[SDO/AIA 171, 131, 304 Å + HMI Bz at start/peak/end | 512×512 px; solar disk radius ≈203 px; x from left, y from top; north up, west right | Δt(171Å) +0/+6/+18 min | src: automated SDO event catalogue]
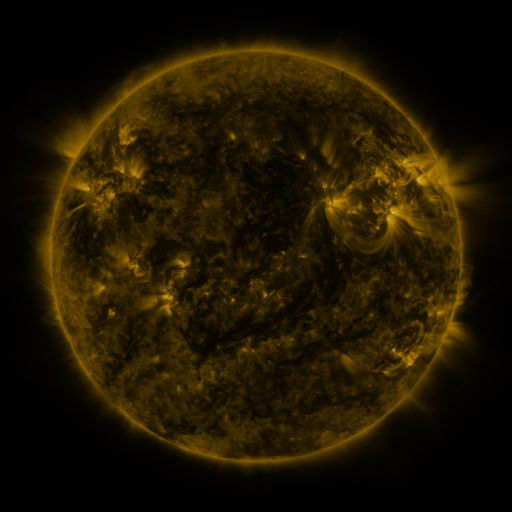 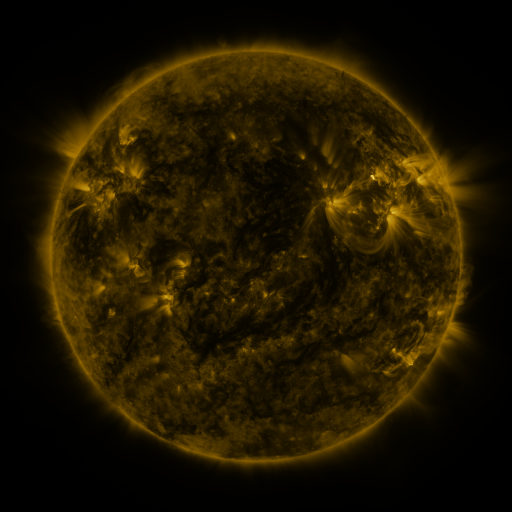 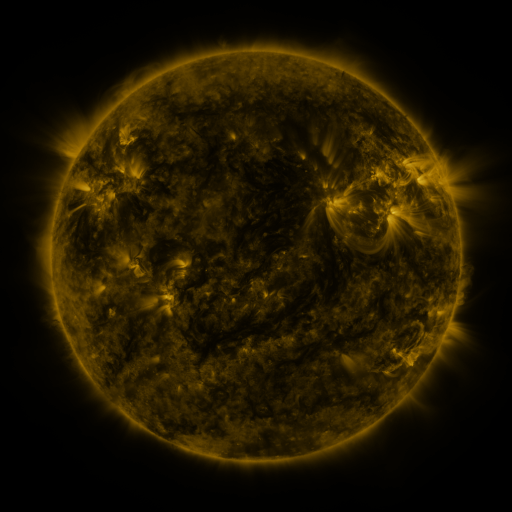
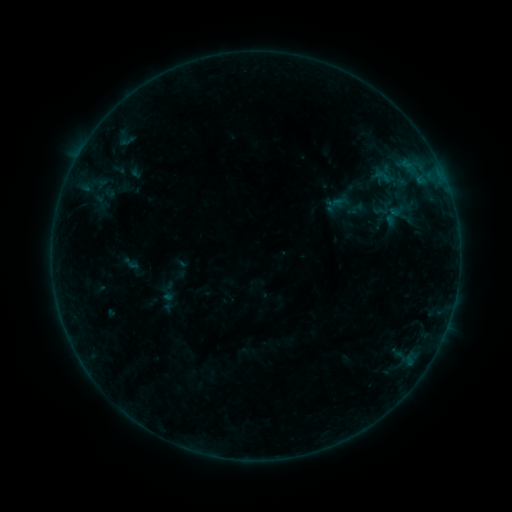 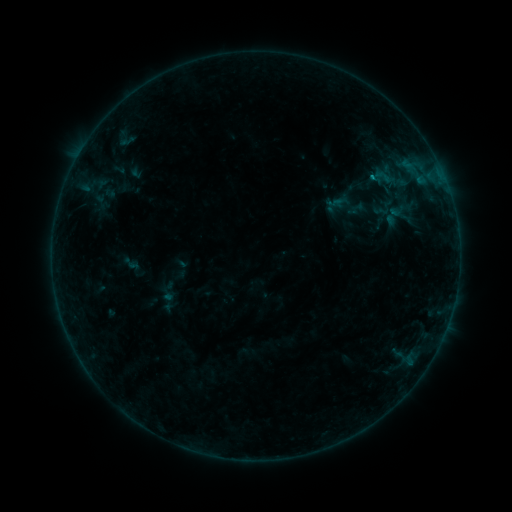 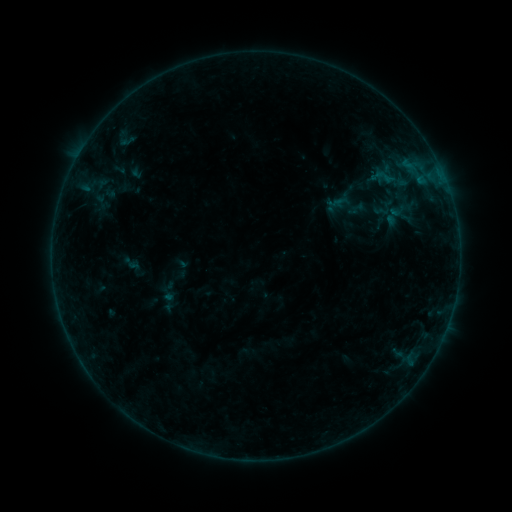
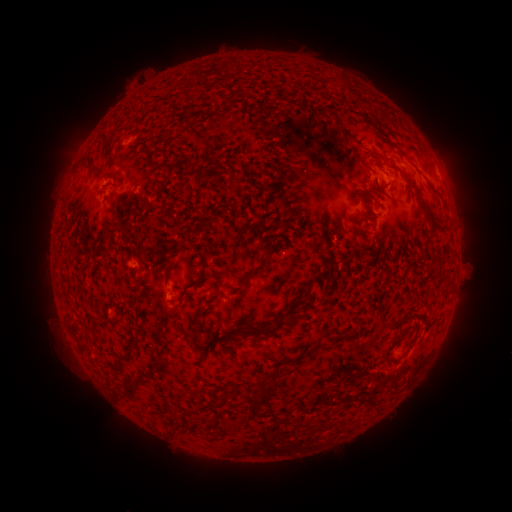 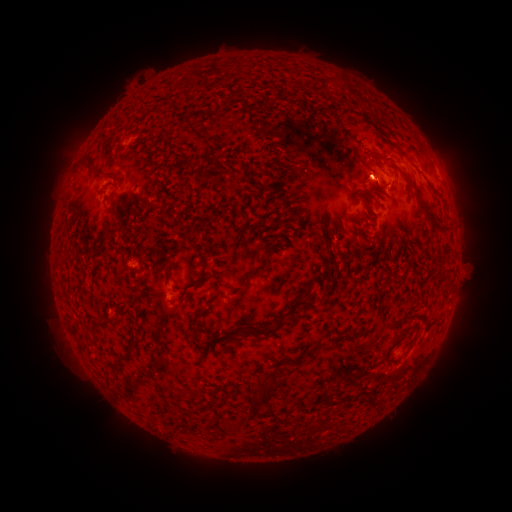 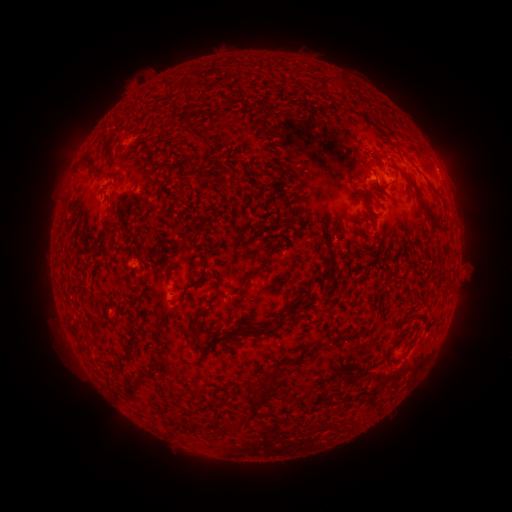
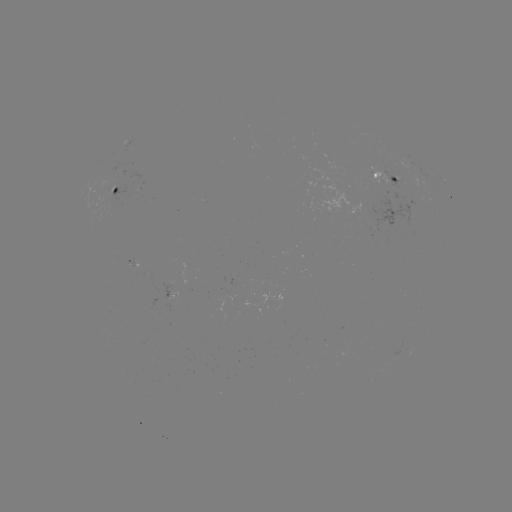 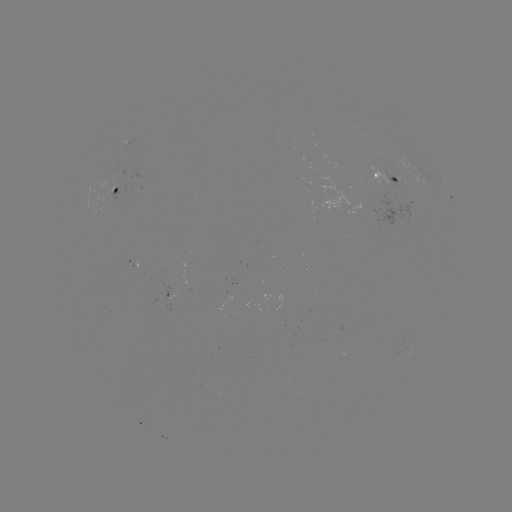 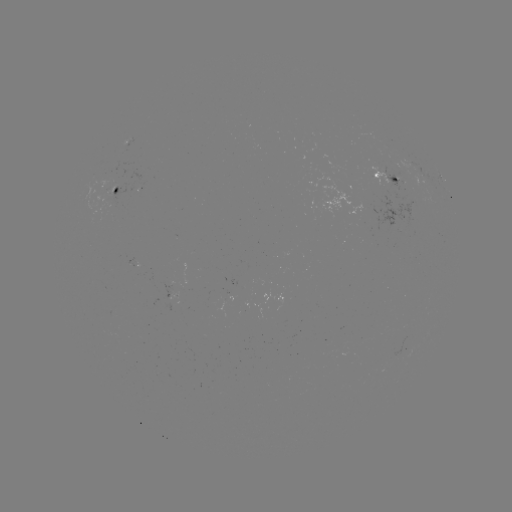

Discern B3.4 flare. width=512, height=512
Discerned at [370, 178].